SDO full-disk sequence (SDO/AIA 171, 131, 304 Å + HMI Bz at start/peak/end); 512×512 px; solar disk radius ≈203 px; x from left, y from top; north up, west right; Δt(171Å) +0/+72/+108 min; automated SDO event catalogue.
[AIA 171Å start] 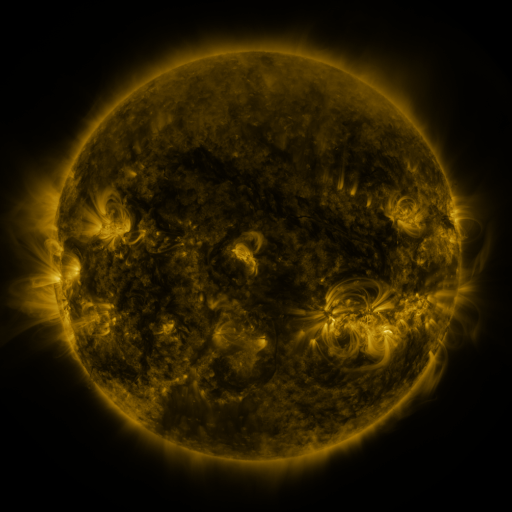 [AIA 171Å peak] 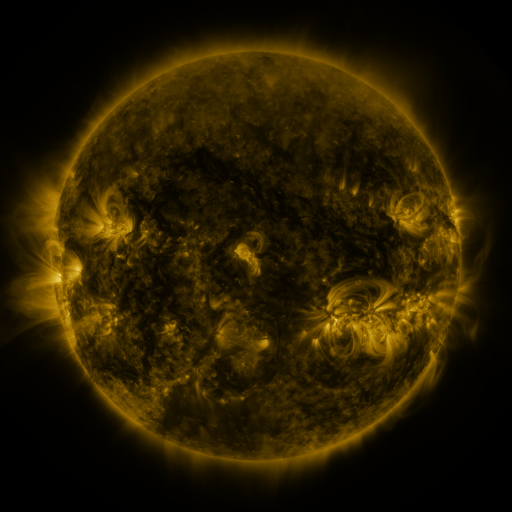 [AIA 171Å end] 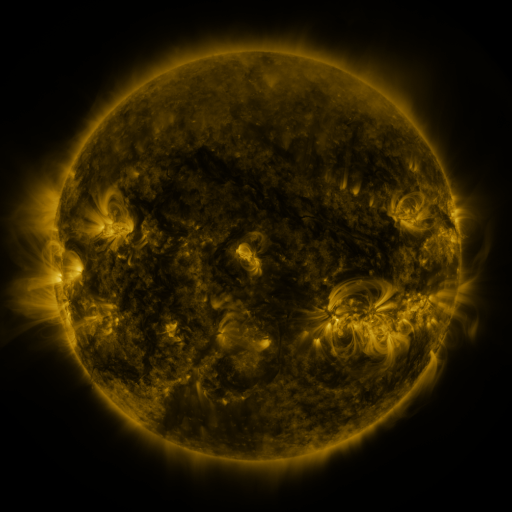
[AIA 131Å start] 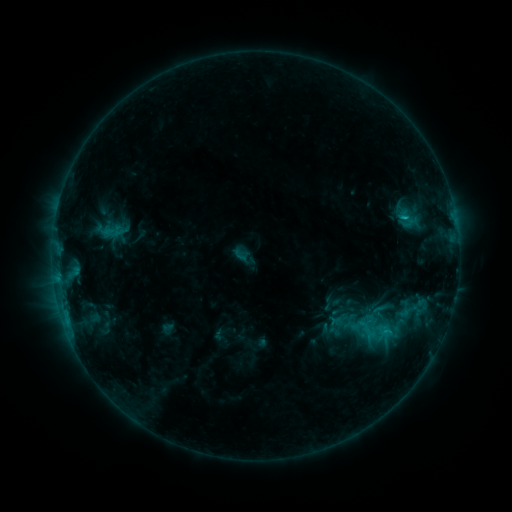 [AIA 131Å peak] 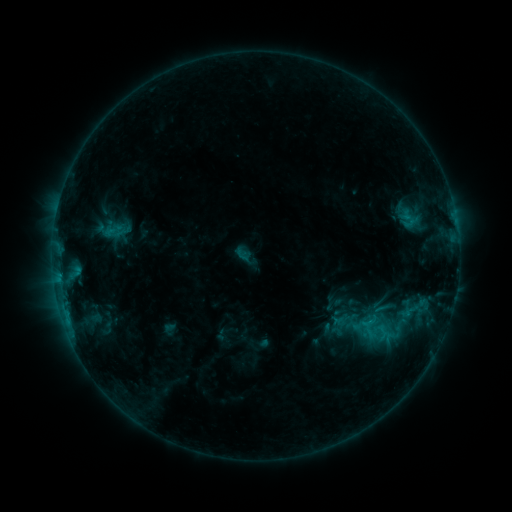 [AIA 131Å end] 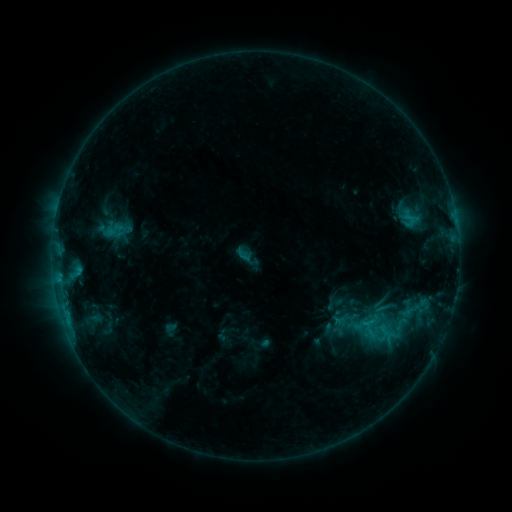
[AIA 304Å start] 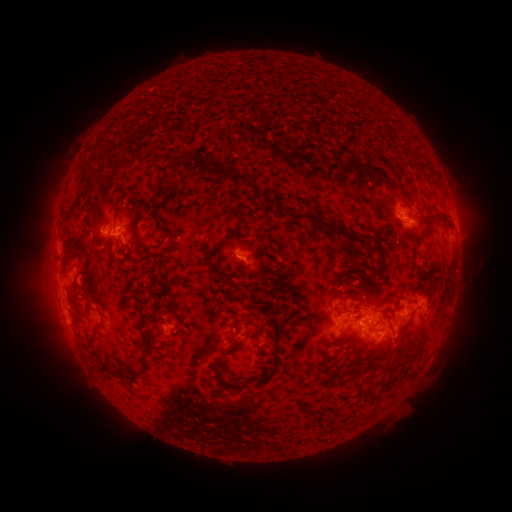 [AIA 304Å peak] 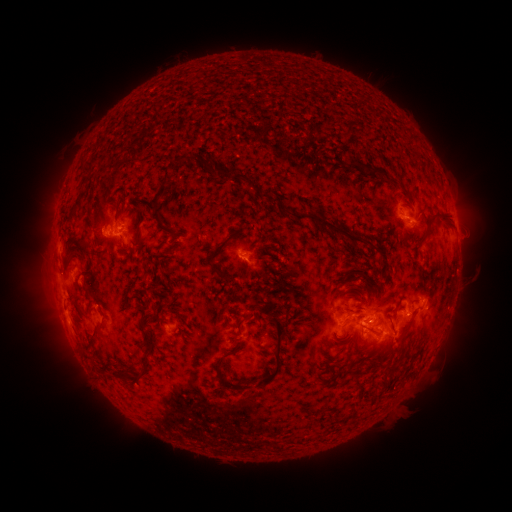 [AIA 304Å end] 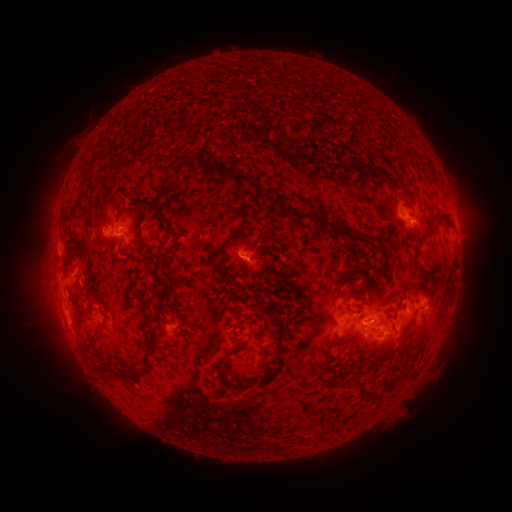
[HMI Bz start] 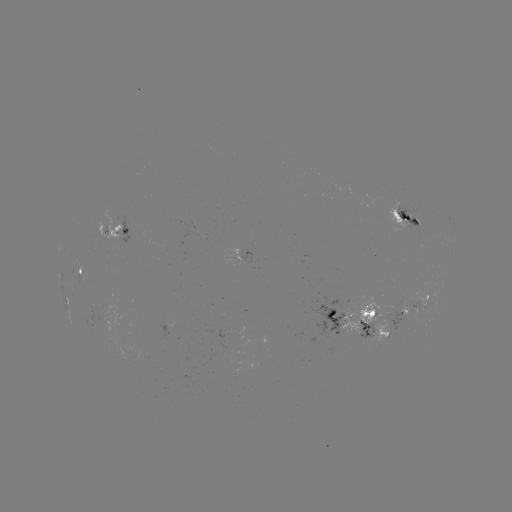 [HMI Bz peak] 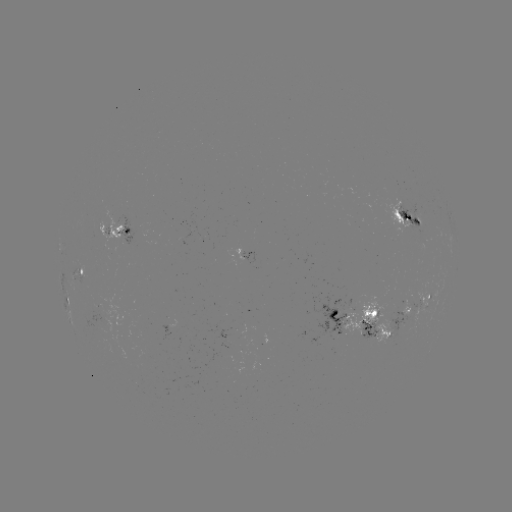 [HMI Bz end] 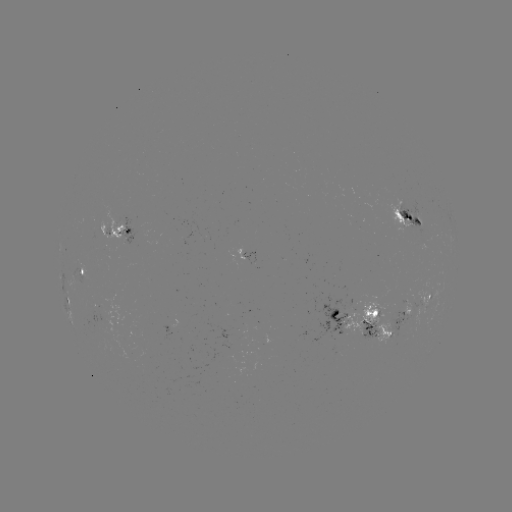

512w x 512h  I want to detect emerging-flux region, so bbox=[209, 350, 234, 365].